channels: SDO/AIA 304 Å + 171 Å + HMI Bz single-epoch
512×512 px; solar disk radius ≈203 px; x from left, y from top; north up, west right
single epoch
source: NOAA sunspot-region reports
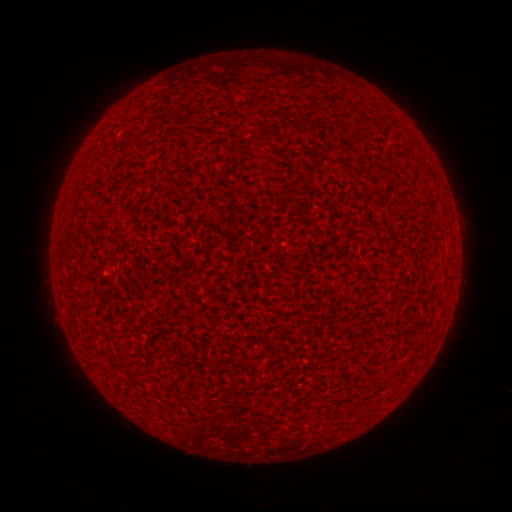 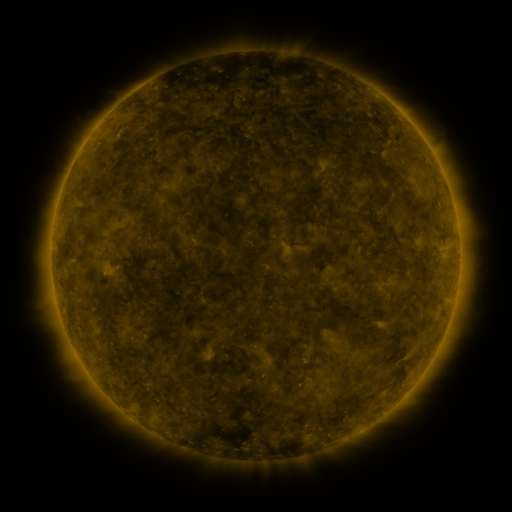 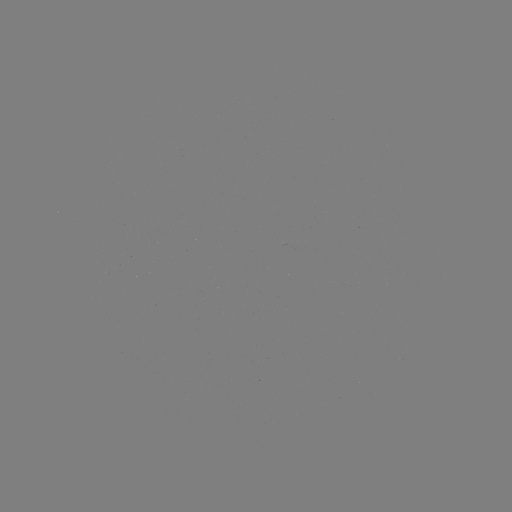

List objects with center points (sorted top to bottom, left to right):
(none)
